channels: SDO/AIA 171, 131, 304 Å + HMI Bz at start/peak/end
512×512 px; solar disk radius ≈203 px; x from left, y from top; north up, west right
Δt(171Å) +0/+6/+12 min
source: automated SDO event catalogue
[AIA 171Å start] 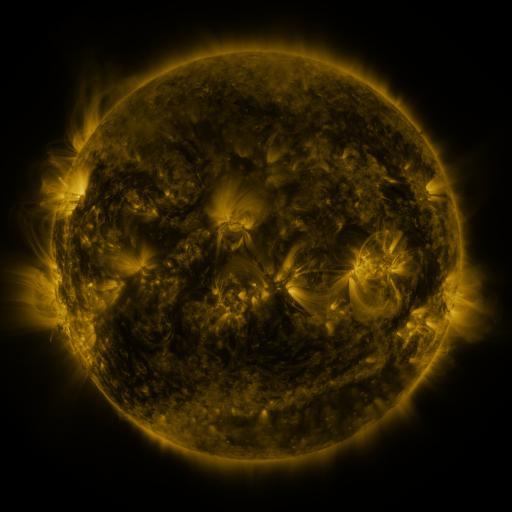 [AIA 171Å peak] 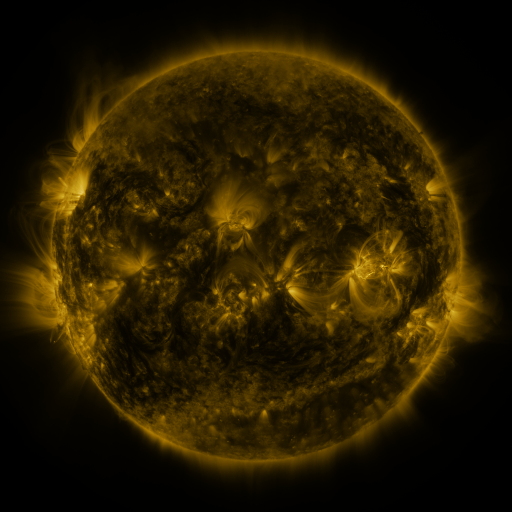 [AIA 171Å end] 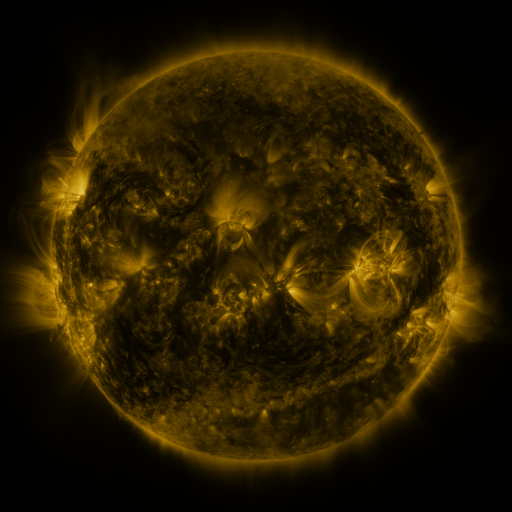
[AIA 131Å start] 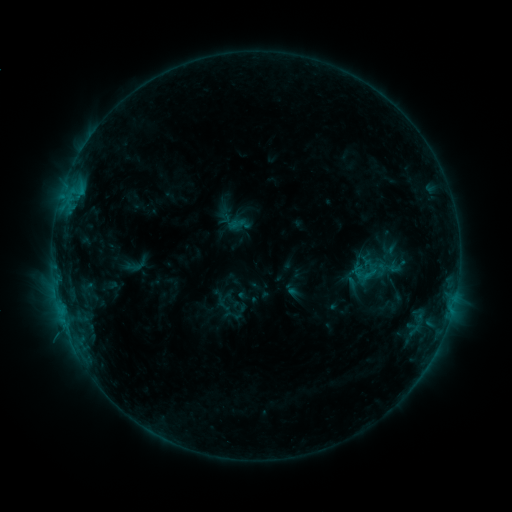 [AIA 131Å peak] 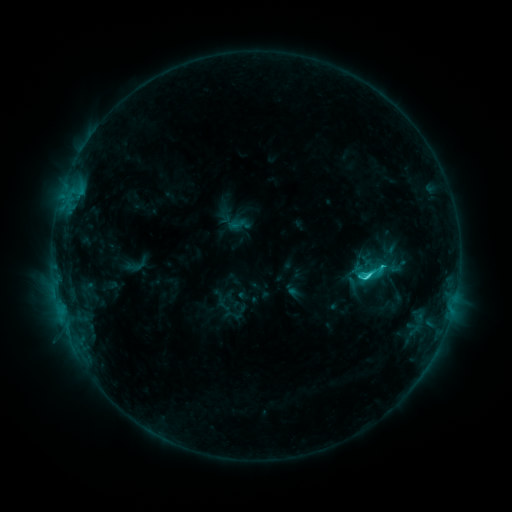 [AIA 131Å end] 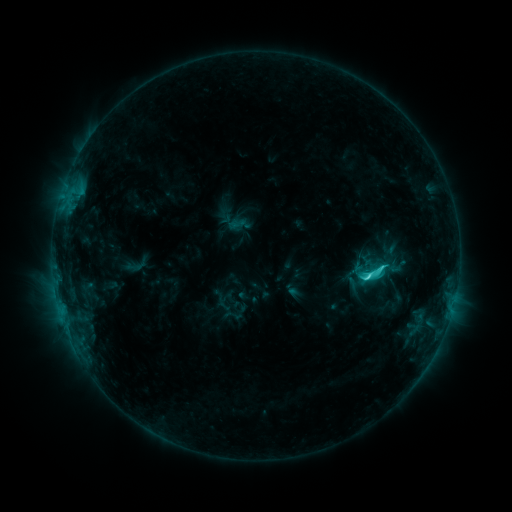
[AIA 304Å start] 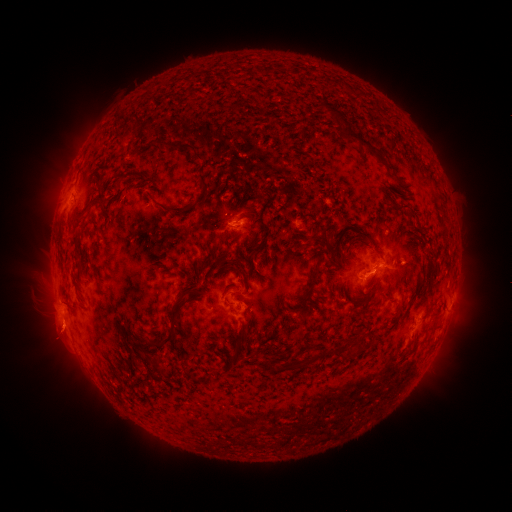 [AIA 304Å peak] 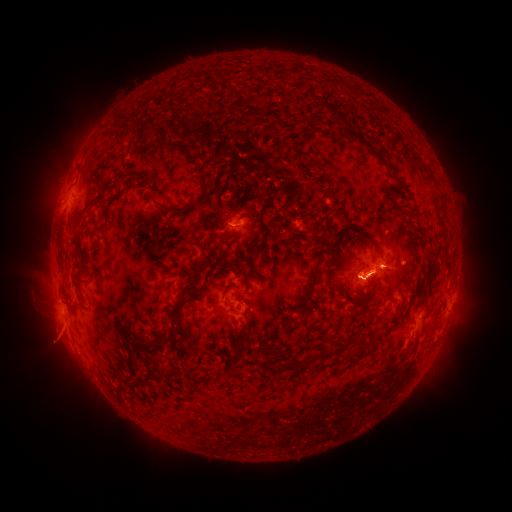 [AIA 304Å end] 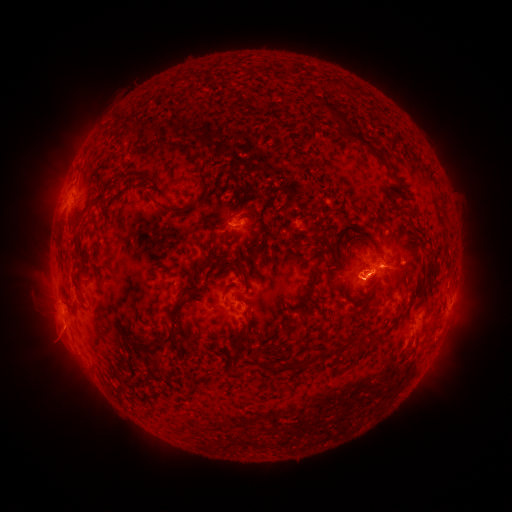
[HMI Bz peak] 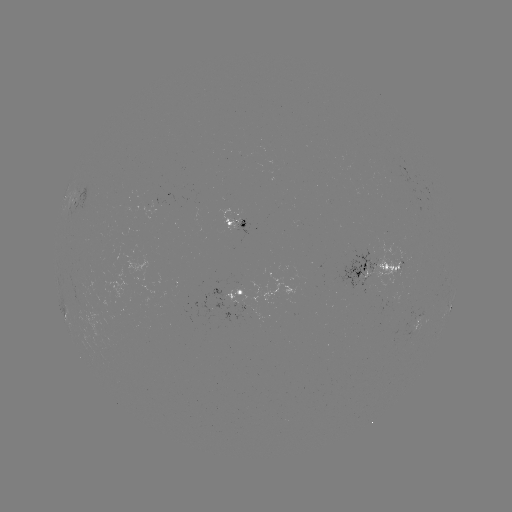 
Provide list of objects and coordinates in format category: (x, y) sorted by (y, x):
C4.3 flare: (366, 273)
